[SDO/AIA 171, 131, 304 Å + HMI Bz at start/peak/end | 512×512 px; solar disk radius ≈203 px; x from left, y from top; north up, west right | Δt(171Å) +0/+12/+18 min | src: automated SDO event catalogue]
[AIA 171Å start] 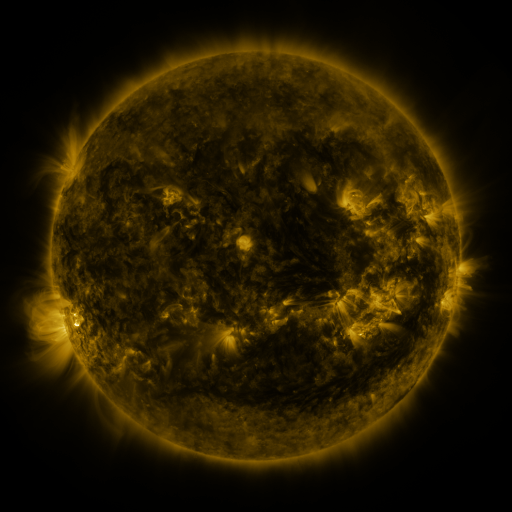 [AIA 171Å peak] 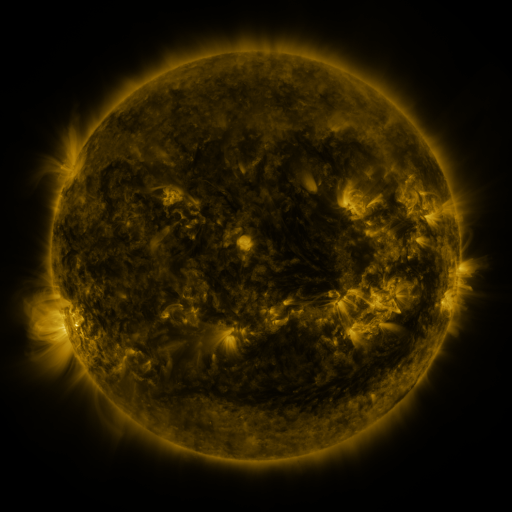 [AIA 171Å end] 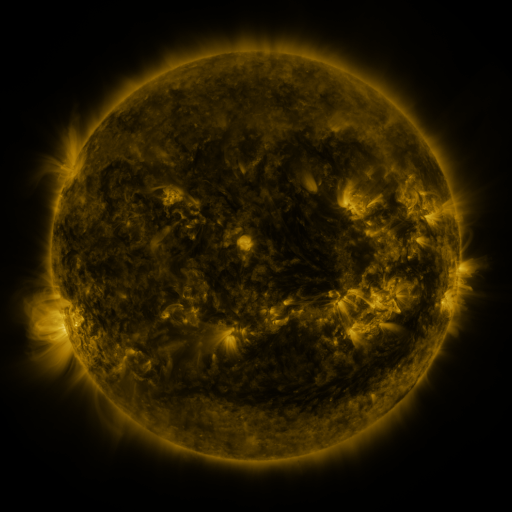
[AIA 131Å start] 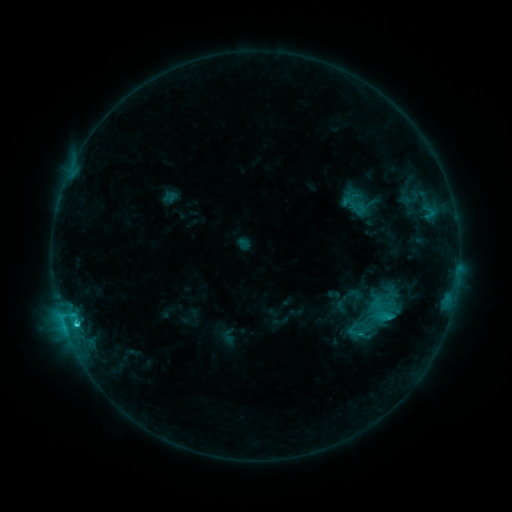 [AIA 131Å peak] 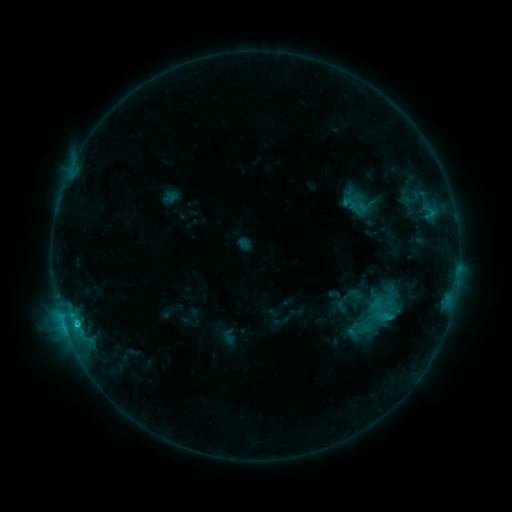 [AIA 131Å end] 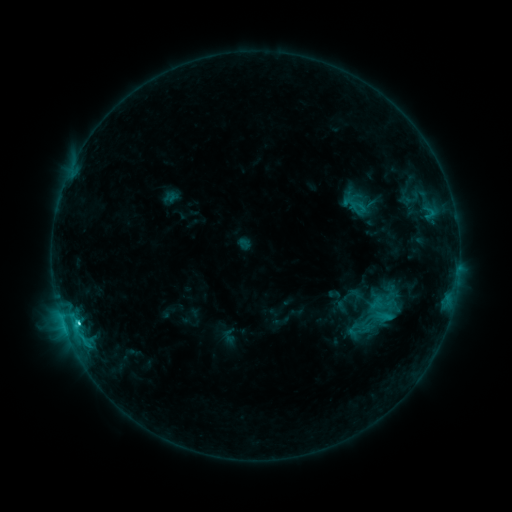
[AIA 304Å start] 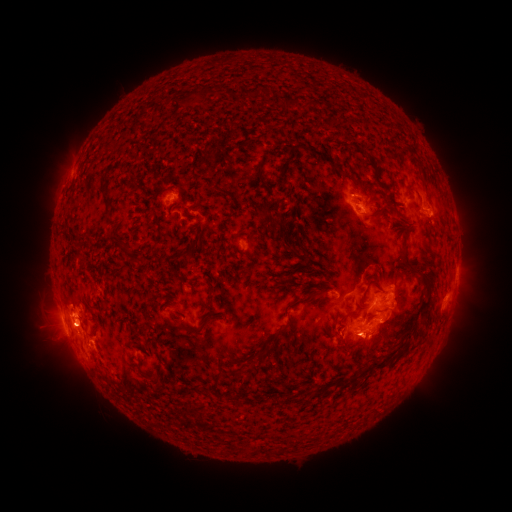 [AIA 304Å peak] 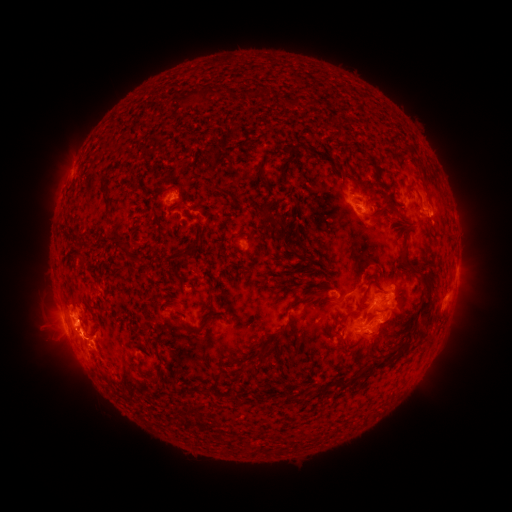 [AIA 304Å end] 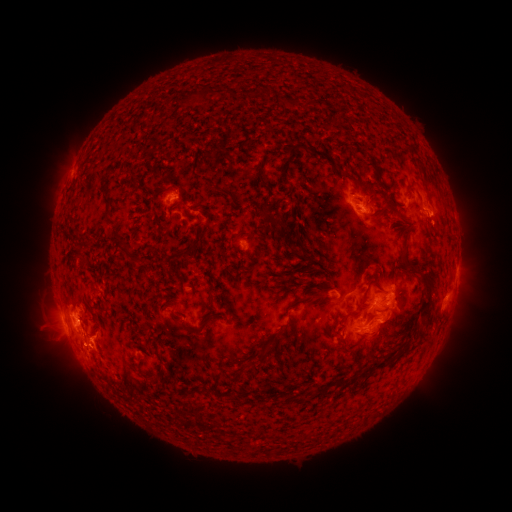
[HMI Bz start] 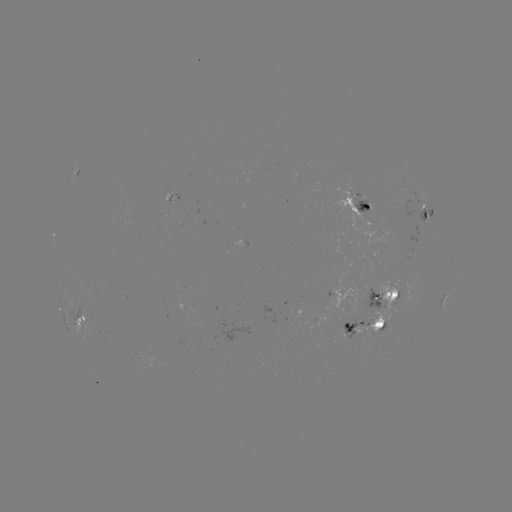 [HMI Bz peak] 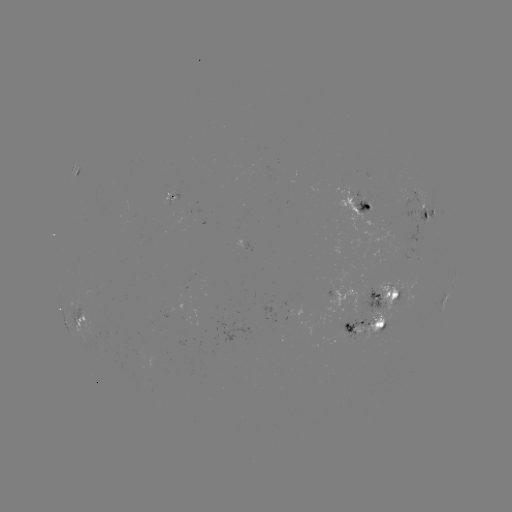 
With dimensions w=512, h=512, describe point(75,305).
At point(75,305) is eruption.